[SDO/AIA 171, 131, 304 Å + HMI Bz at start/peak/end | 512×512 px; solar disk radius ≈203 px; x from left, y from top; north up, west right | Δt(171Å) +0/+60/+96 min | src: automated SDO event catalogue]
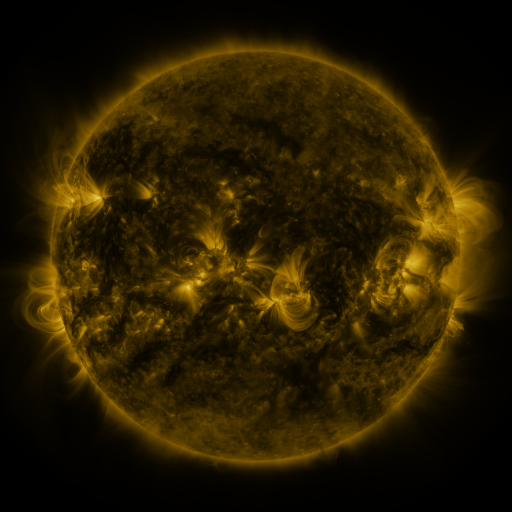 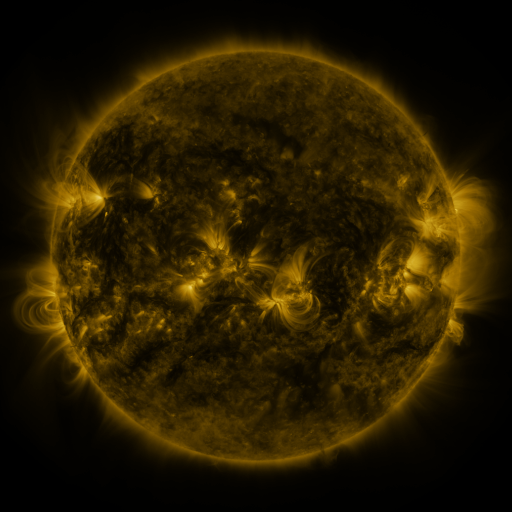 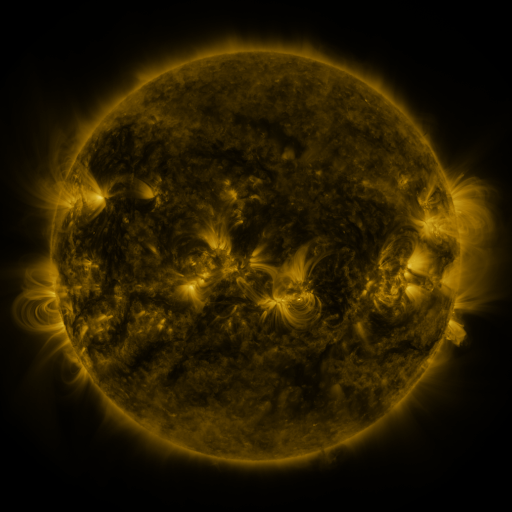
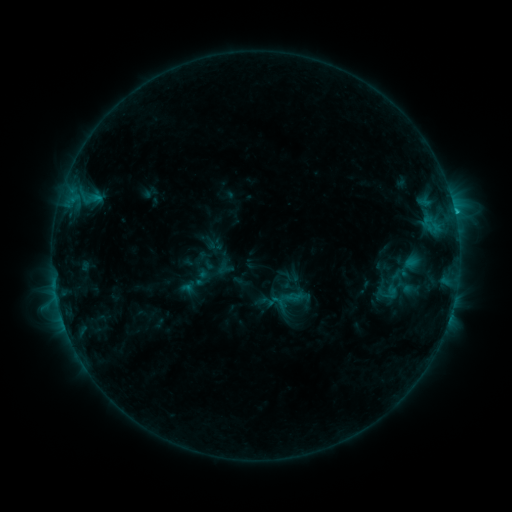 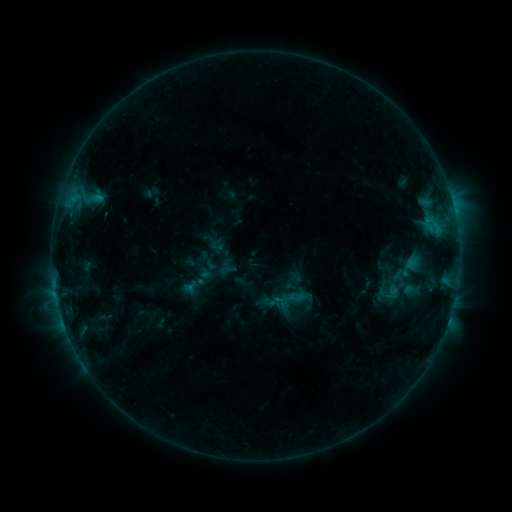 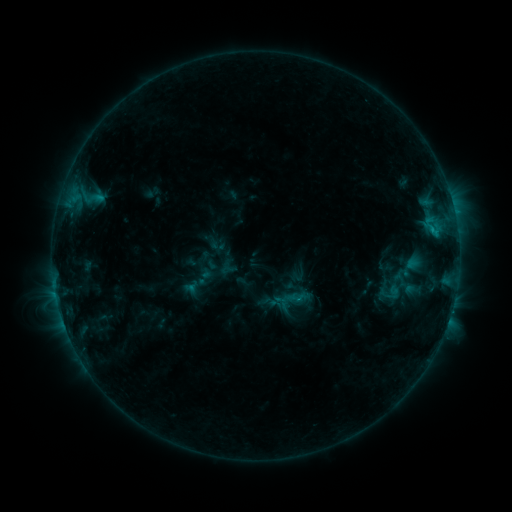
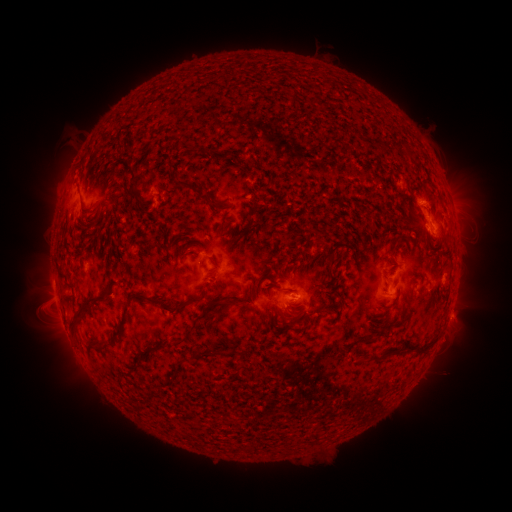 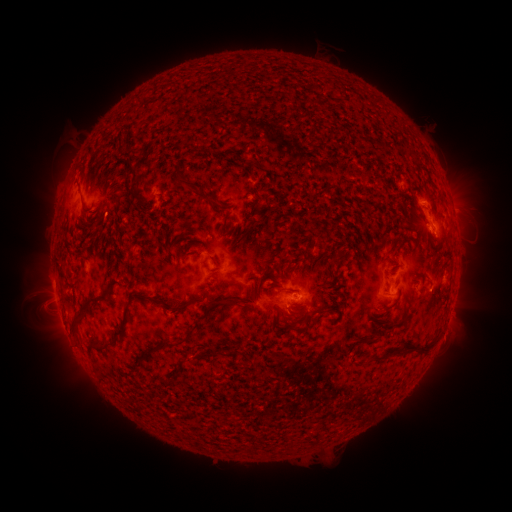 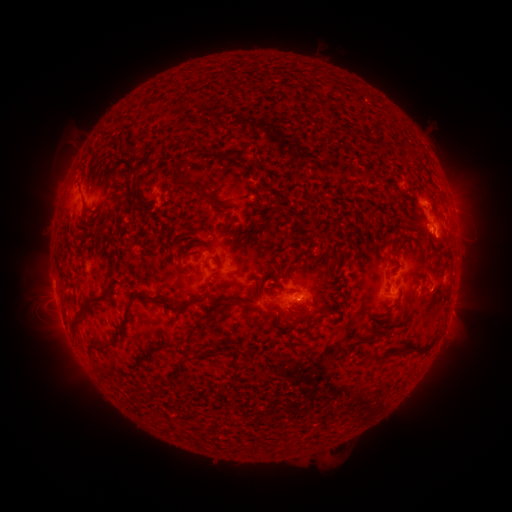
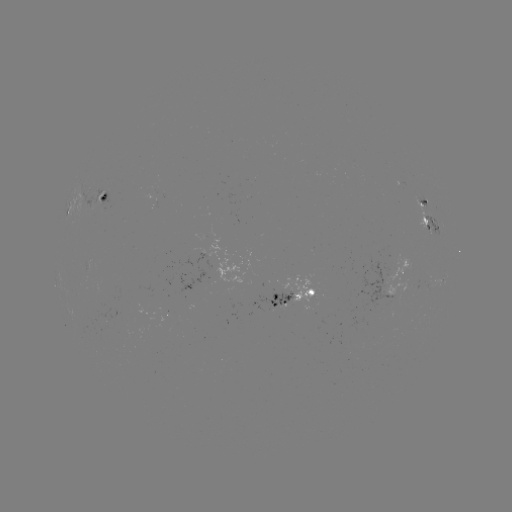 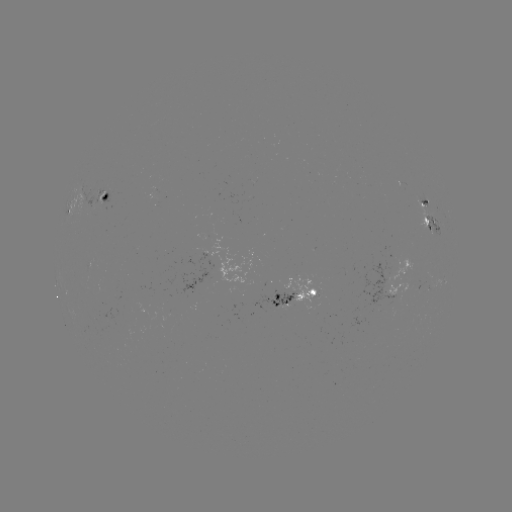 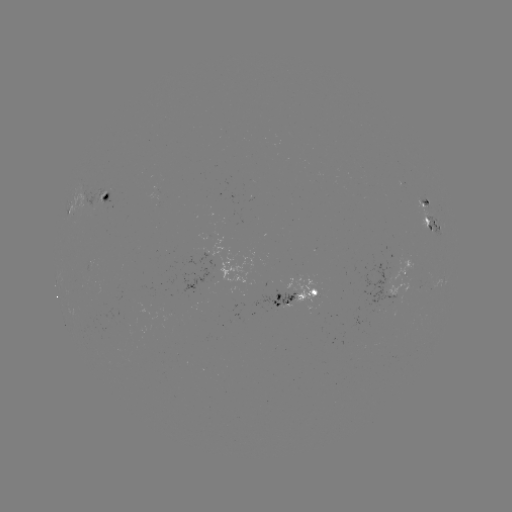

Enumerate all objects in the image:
emerging-flux region: (418, 285)
